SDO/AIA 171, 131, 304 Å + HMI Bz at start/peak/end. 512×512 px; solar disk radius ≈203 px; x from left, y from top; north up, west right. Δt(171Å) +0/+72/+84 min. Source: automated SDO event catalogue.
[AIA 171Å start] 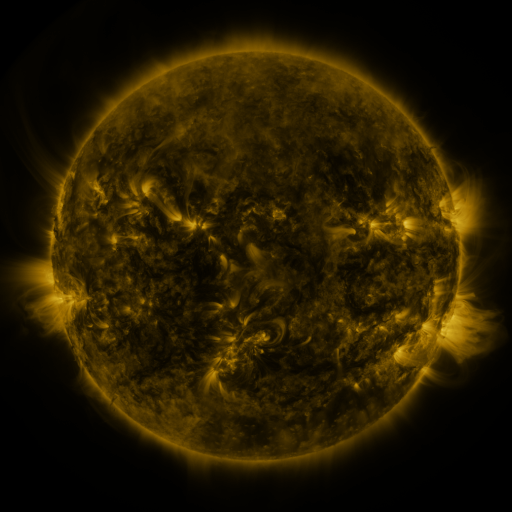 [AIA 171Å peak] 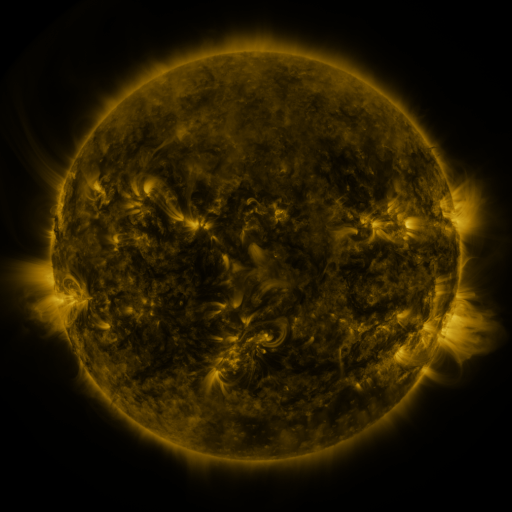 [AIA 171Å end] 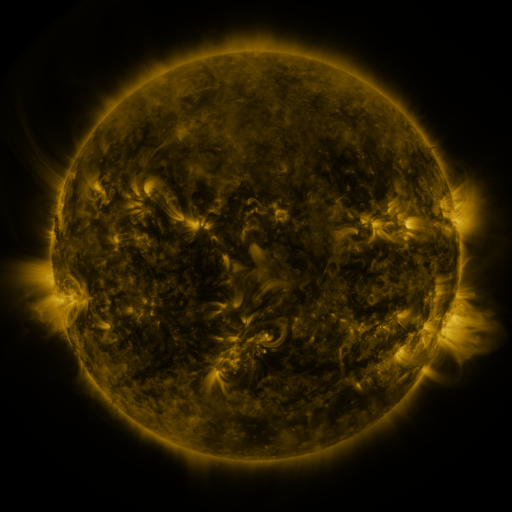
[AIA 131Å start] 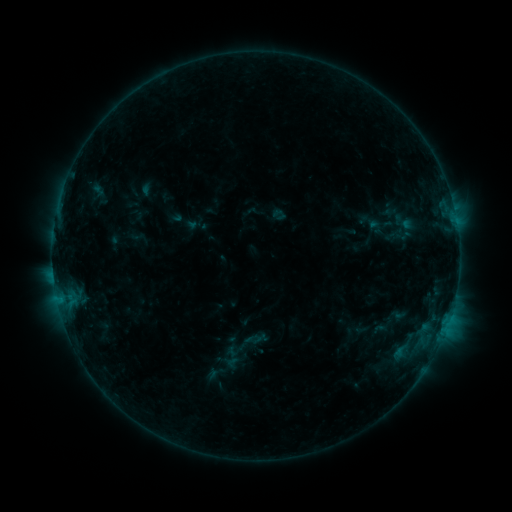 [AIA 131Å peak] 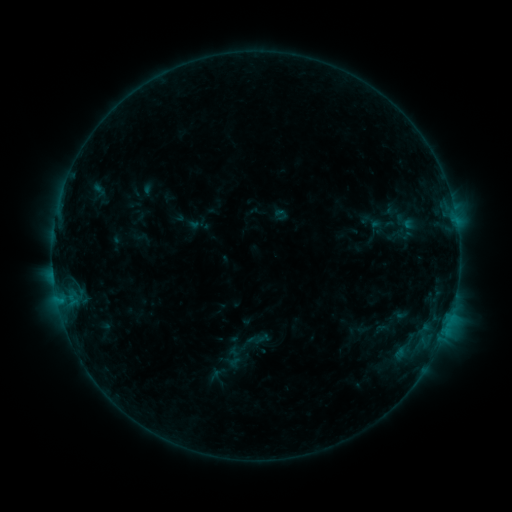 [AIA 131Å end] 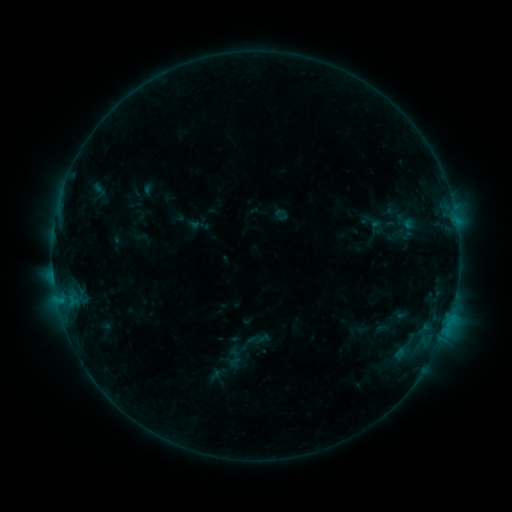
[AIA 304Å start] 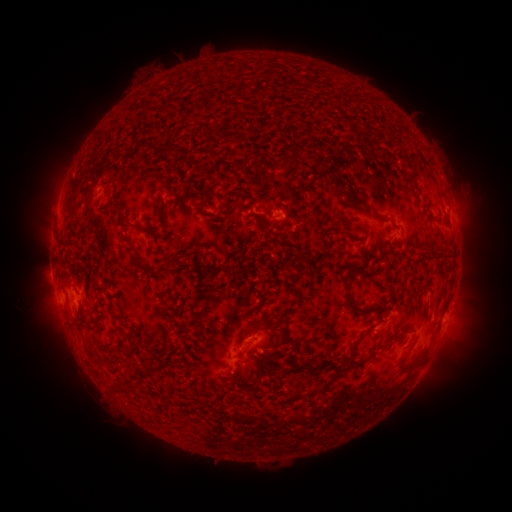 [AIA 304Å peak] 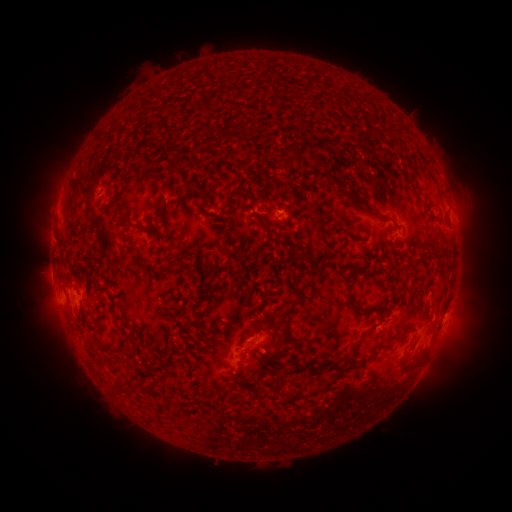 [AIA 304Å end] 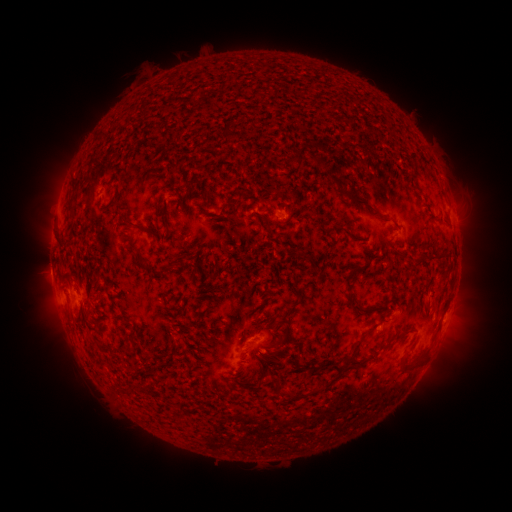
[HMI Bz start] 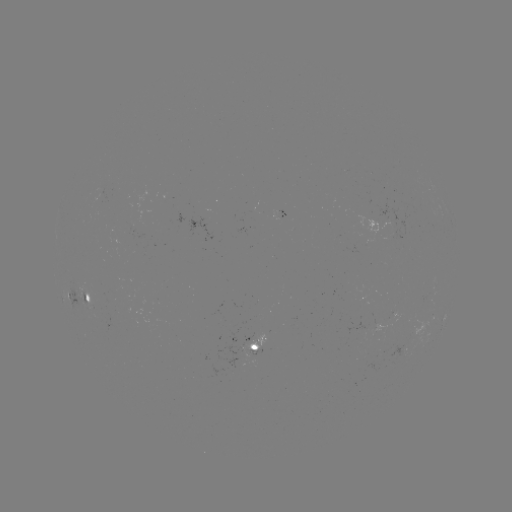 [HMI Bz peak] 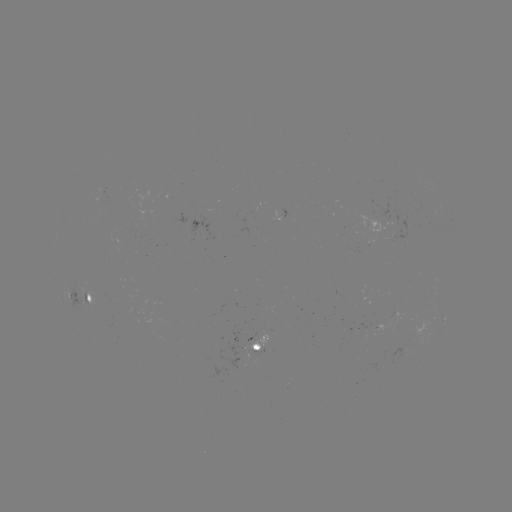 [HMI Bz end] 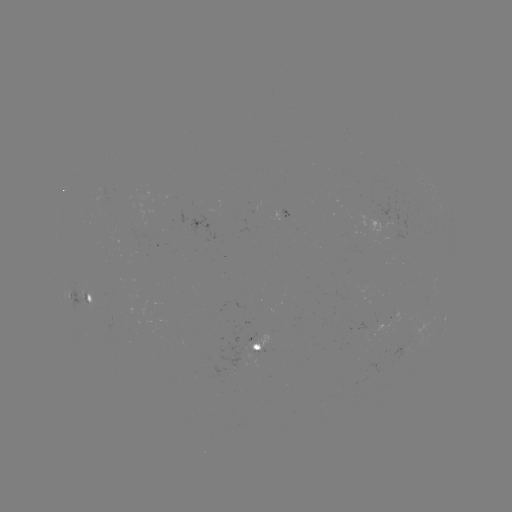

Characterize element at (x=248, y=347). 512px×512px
emerging-flux region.